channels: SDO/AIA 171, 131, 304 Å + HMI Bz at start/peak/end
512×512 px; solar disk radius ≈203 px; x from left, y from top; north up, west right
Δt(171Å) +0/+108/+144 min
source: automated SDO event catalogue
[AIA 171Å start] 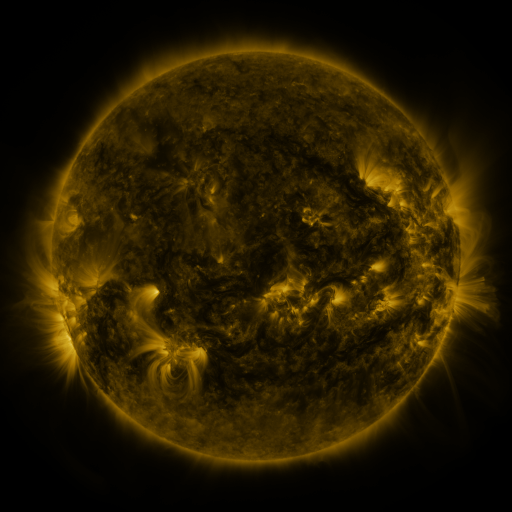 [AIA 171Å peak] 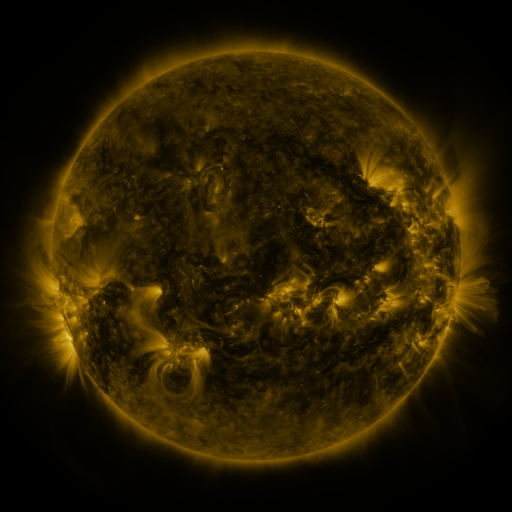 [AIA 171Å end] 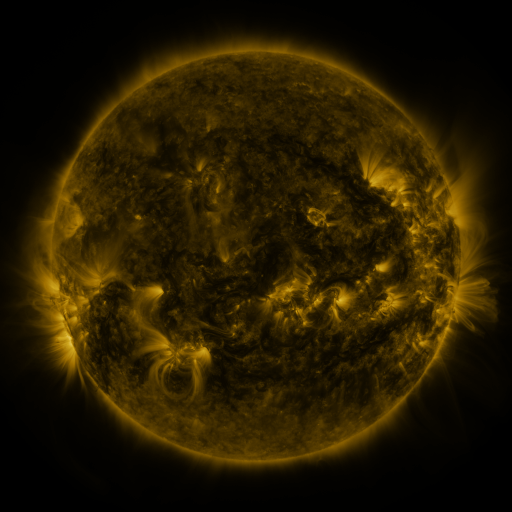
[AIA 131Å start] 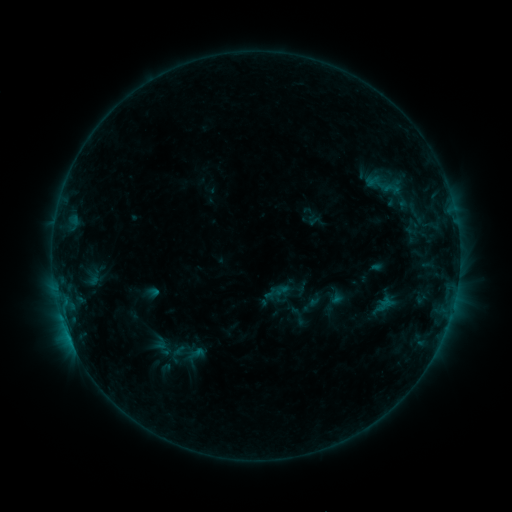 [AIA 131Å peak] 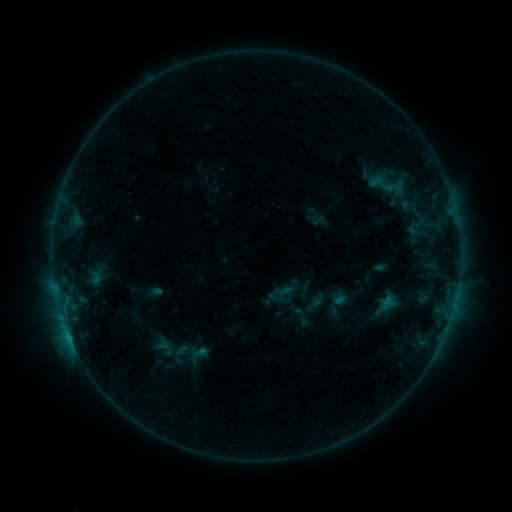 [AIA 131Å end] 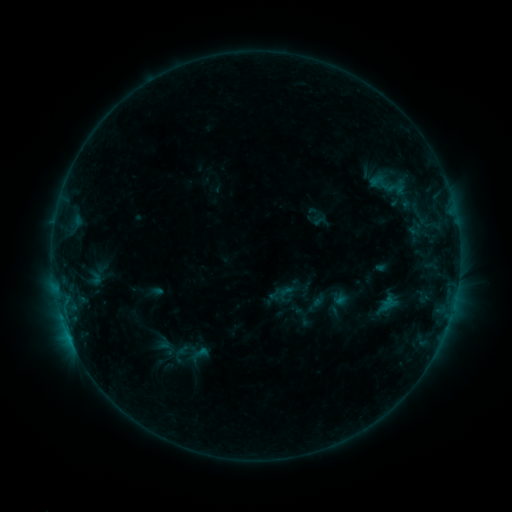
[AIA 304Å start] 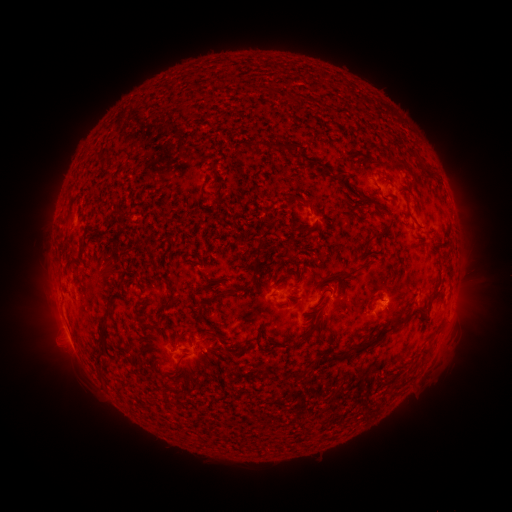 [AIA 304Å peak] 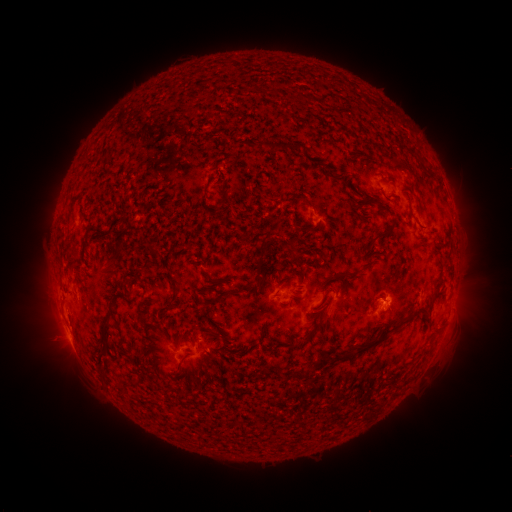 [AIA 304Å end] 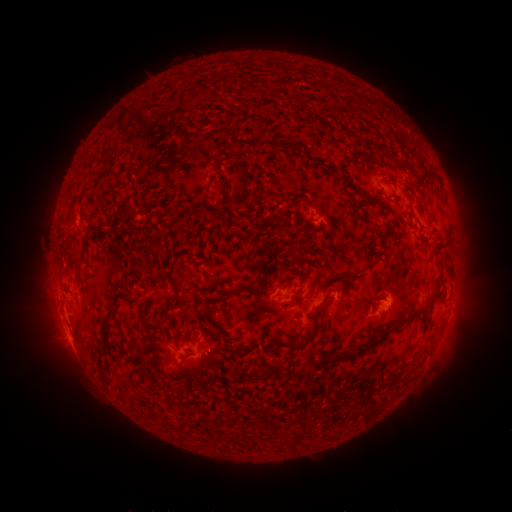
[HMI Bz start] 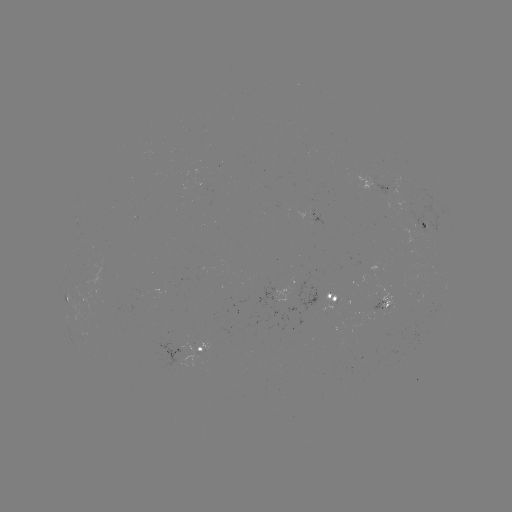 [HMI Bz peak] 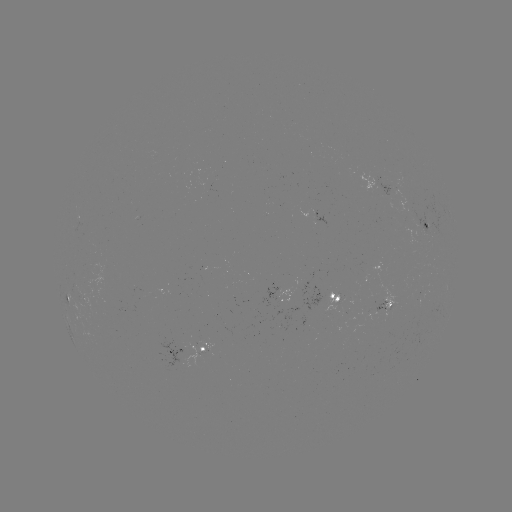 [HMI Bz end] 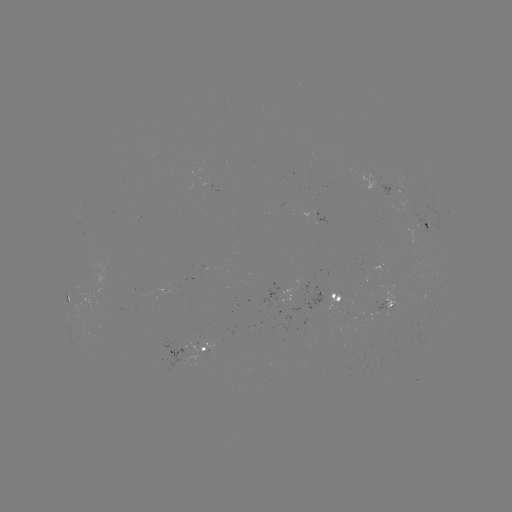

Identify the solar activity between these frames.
emerging-flux region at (379, 300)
